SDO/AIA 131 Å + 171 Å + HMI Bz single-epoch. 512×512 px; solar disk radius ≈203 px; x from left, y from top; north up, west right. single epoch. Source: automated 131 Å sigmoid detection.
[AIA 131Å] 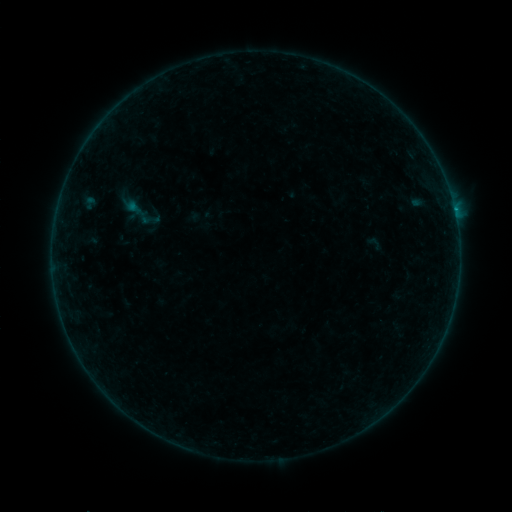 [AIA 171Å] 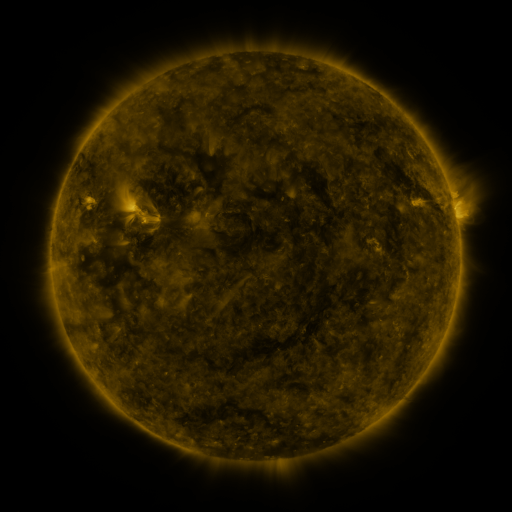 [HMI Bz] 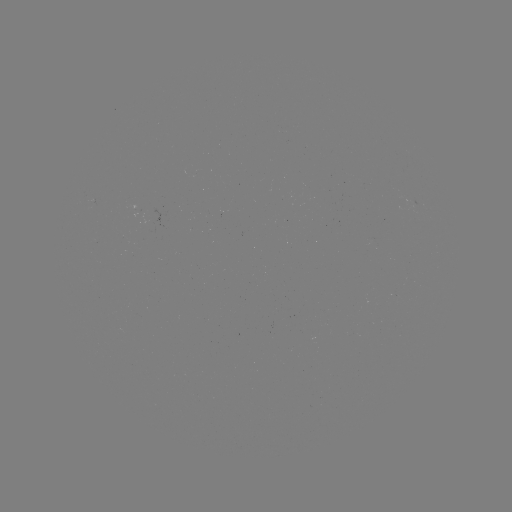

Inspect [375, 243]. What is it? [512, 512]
sigmoid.